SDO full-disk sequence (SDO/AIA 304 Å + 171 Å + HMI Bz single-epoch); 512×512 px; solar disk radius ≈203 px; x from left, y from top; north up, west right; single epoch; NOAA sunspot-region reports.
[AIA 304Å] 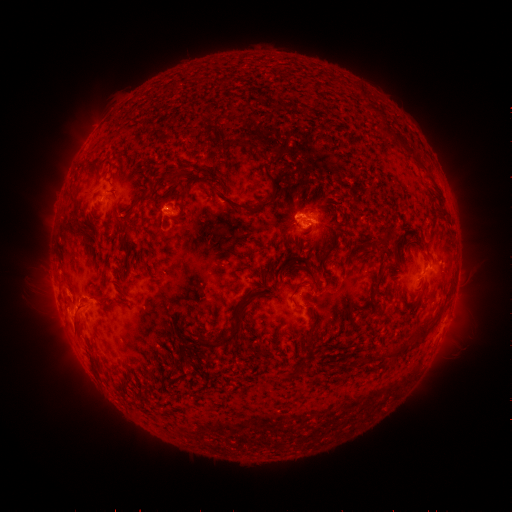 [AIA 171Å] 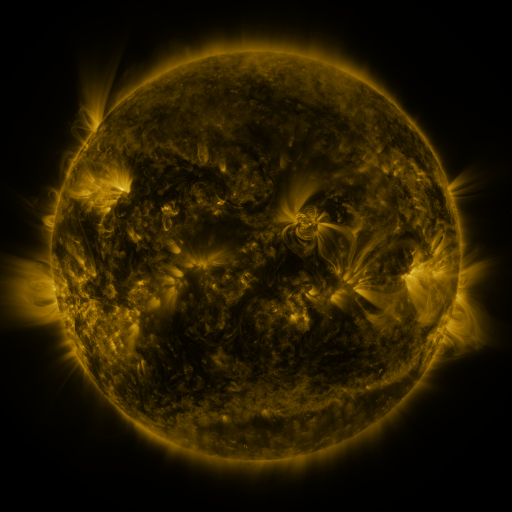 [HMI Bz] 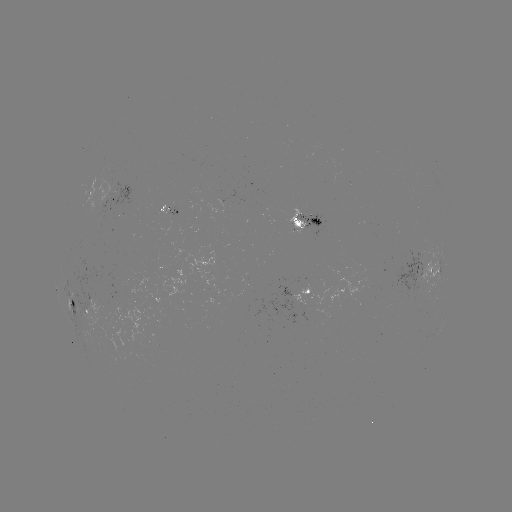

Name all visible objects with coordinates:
spotted active region: (101, 201)
spotted active region: (312, 225)
spotted active region: (425, 269)
spotted active region: (310, 292)
spotted active region: (84, 312)
